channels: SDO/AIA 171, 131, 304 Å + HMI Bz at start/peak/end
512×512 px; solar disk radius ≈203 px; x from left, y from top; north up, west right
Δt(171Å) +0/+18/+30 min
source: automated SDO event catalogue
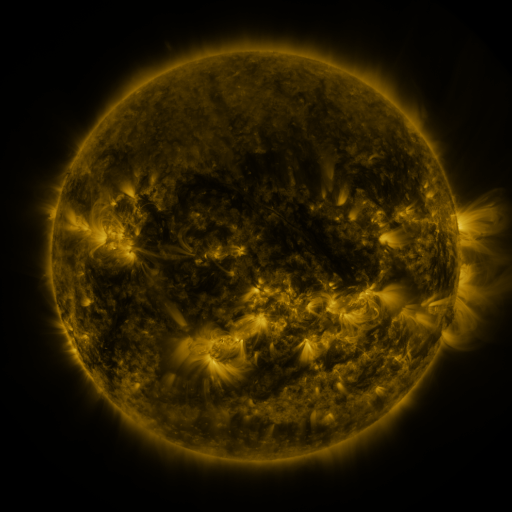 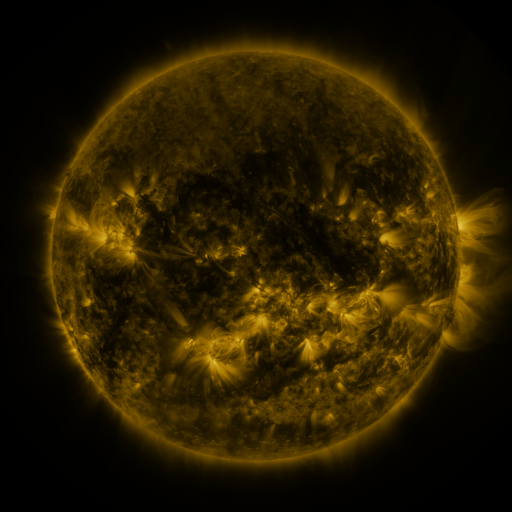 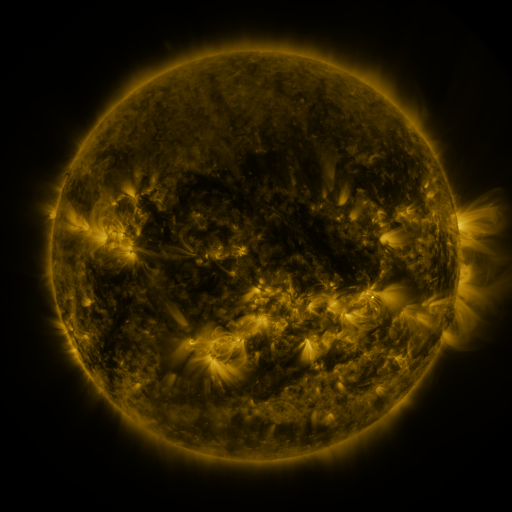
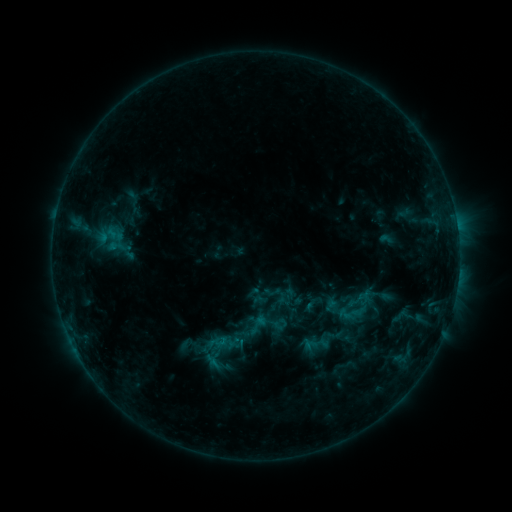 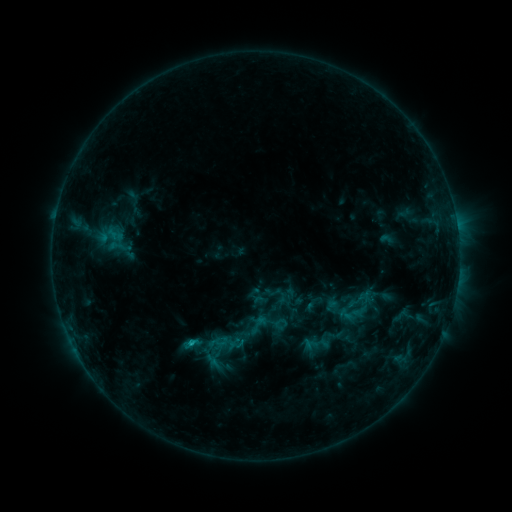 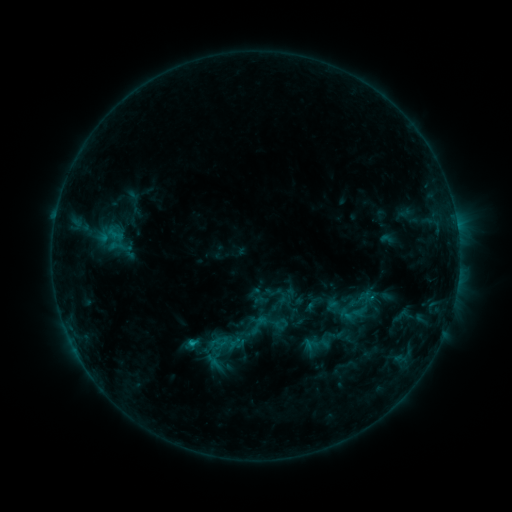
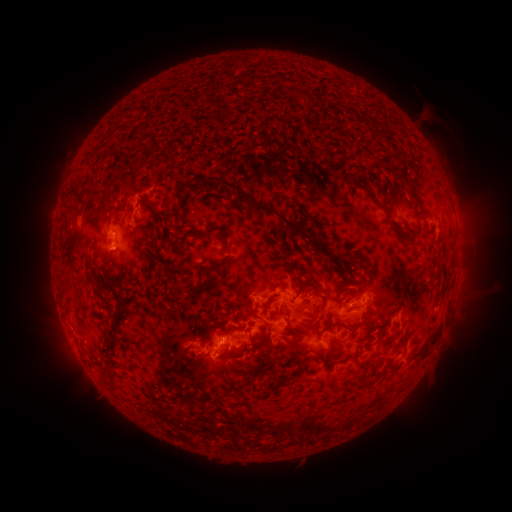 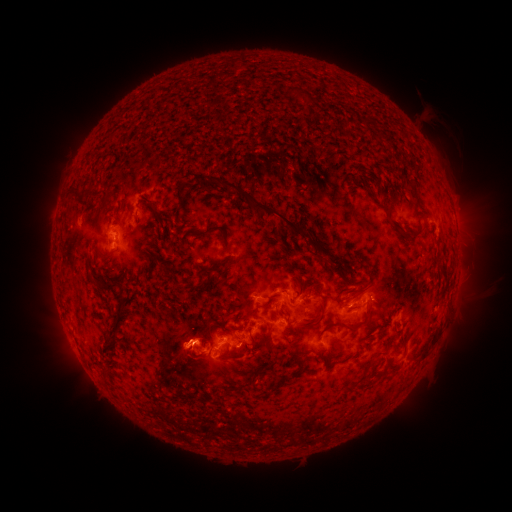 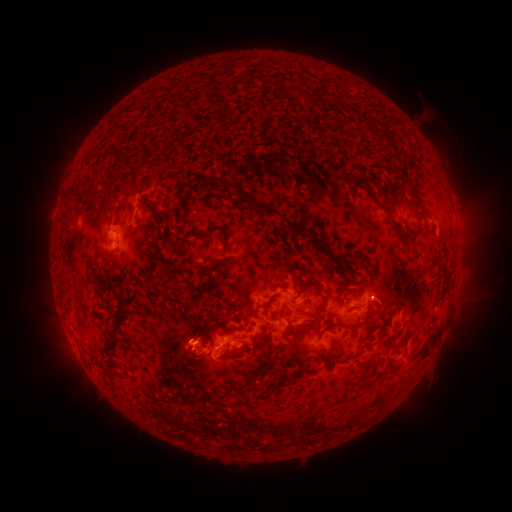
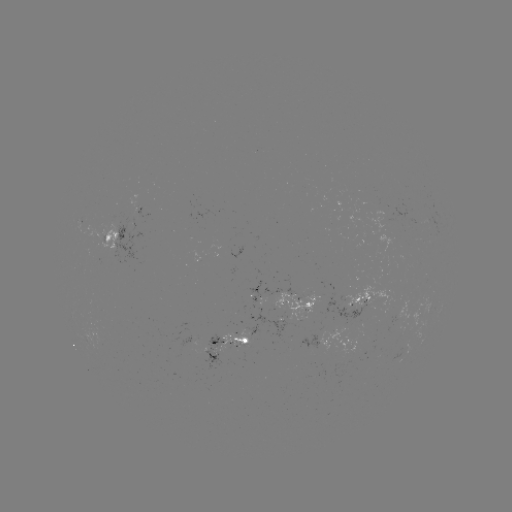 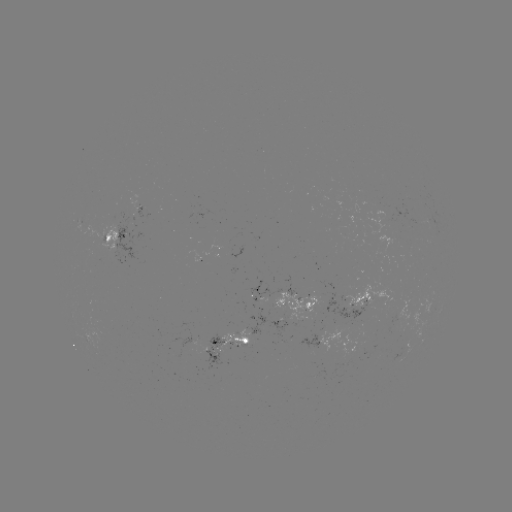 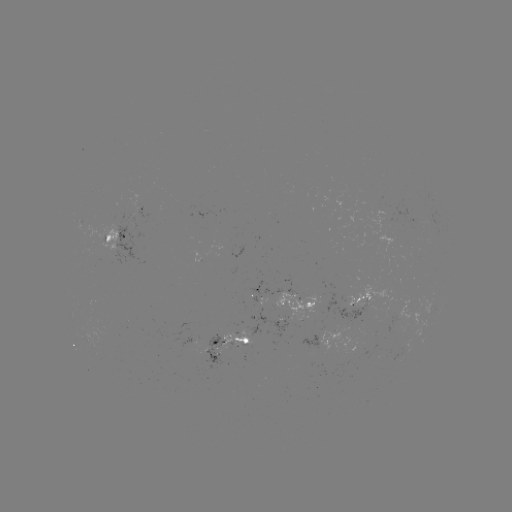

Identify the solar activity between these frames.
C1.0 flare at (193, 341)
